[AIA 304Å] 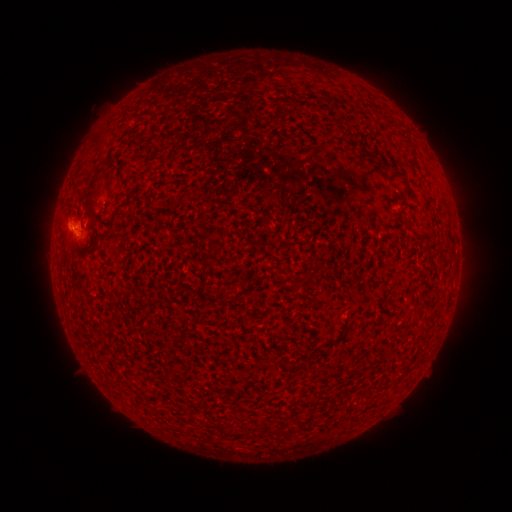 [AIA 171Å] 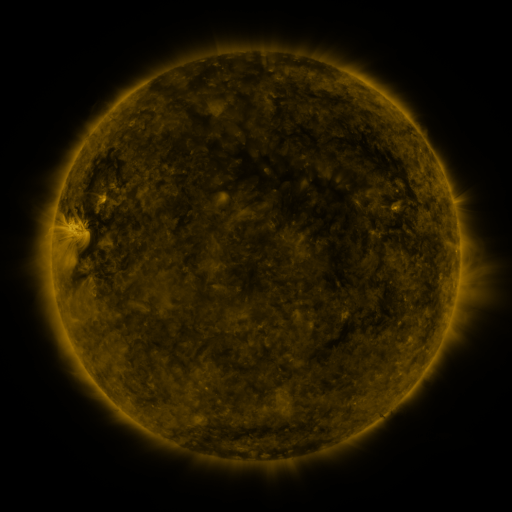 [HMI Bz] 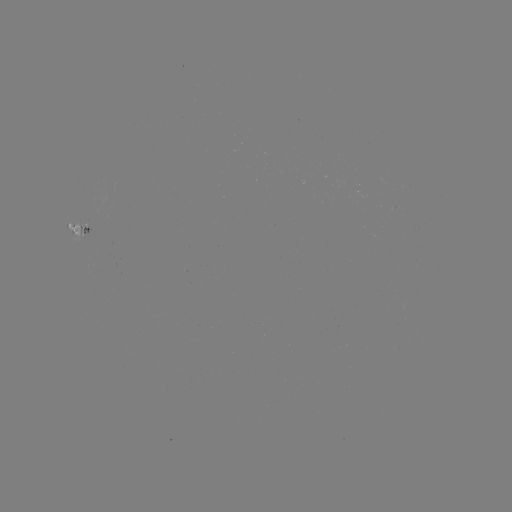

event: spotted active region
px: (80, 232)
